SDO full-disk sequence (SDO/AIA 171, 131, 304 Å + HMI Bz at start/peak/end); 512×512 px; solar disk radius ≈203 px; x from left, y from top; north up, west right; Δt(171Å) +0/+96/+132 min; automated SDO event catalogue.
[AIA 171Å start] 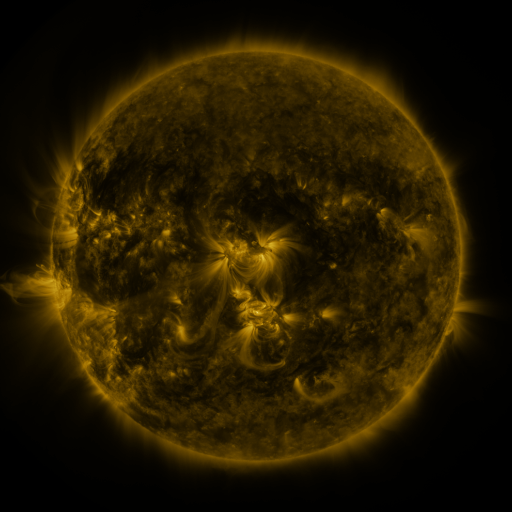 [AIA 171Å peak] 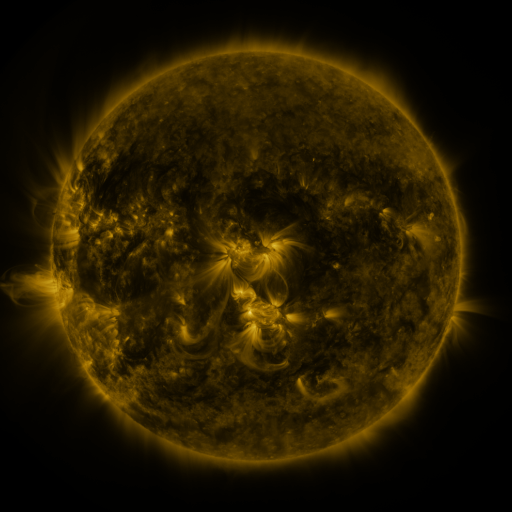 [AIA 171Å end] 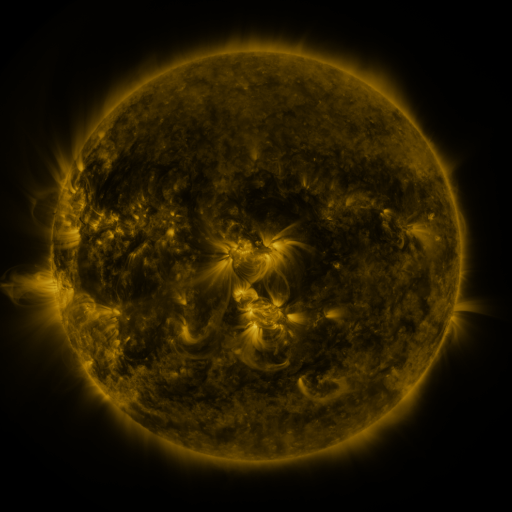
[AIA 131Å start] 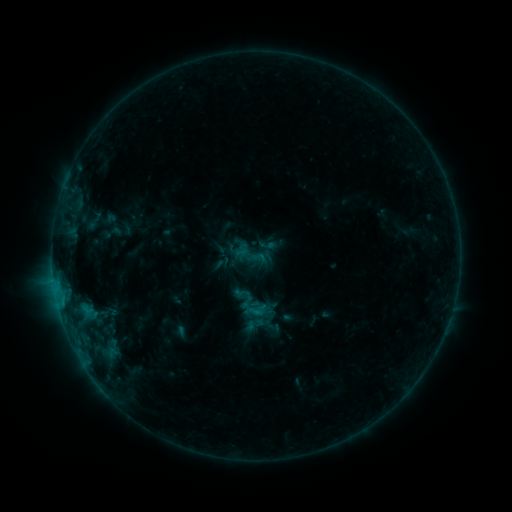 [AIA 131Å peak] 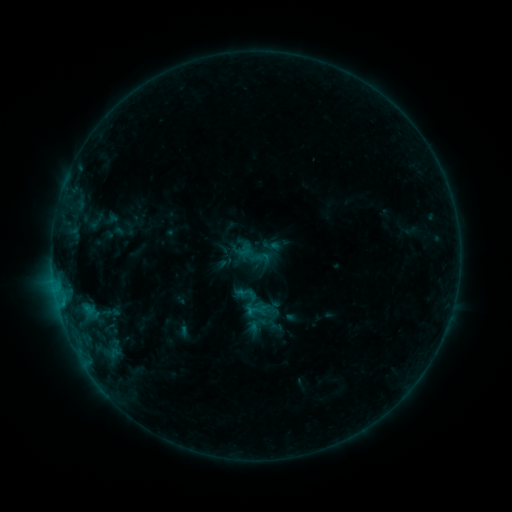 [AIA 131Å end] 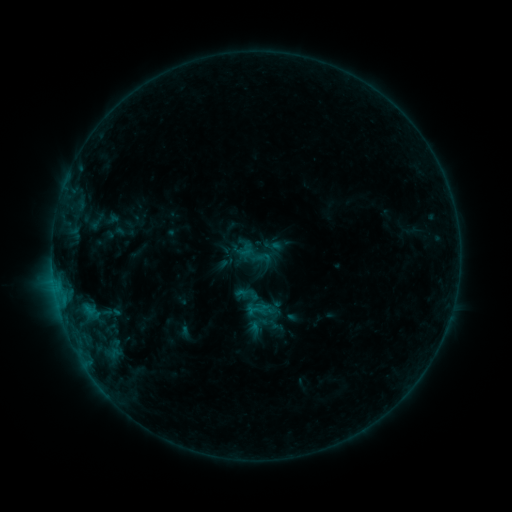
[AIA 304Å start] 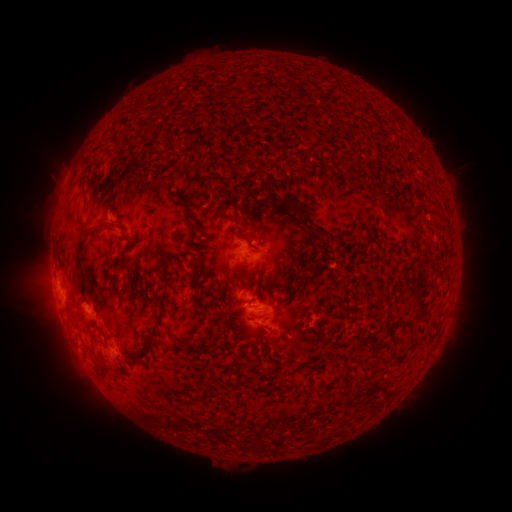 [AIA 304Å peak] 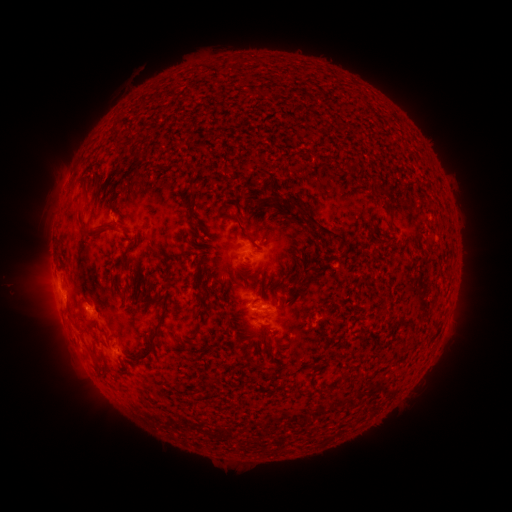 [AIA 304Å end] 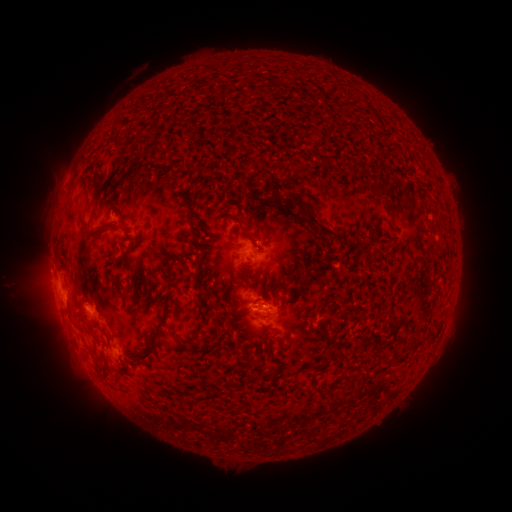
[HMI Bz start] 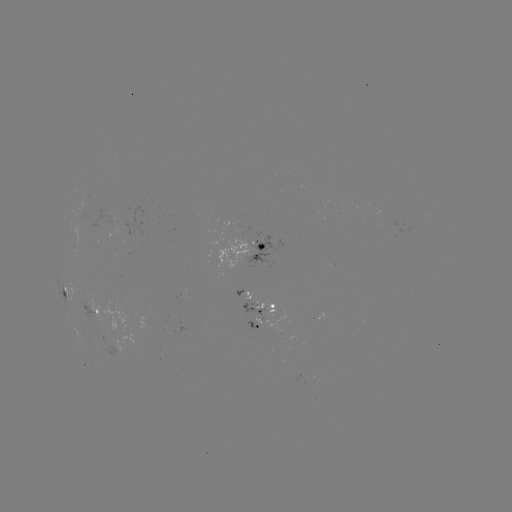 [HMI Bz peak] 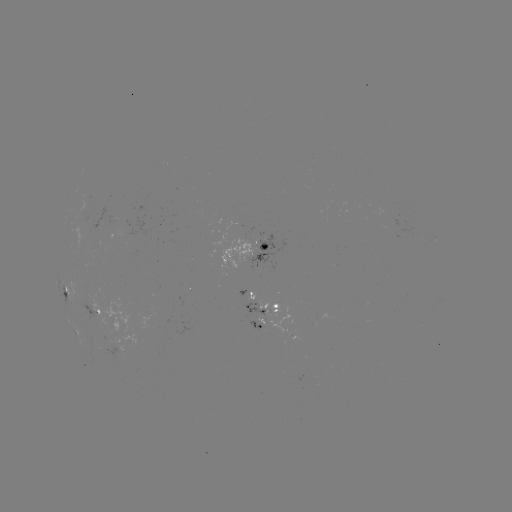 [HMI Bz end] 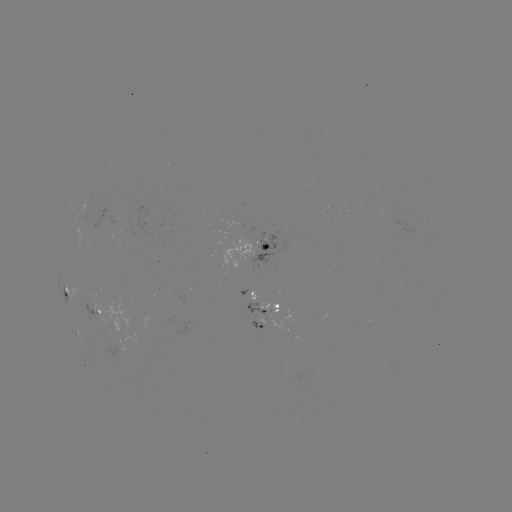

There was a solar emerging-flux region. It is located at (260, 245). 